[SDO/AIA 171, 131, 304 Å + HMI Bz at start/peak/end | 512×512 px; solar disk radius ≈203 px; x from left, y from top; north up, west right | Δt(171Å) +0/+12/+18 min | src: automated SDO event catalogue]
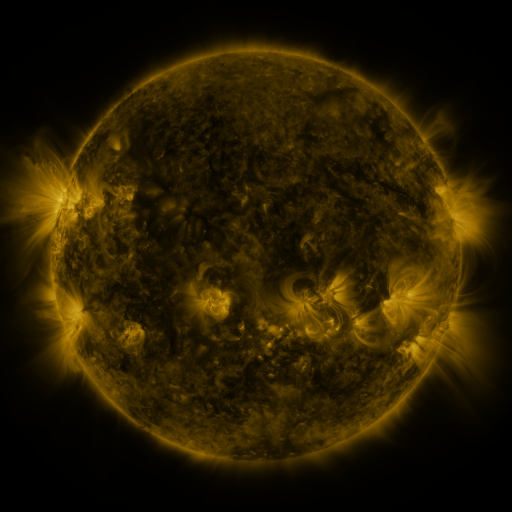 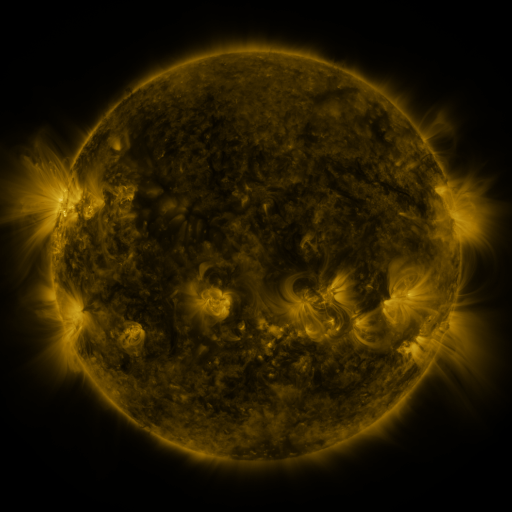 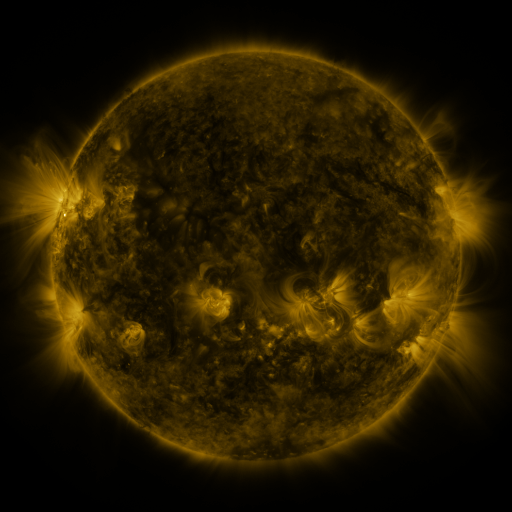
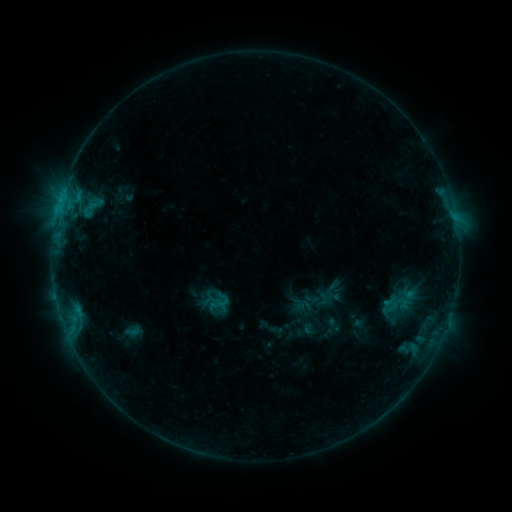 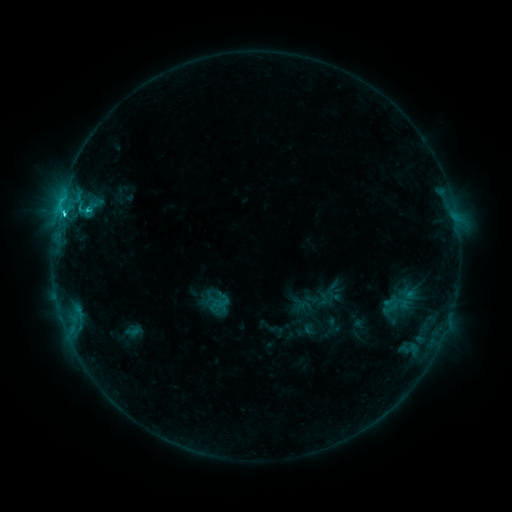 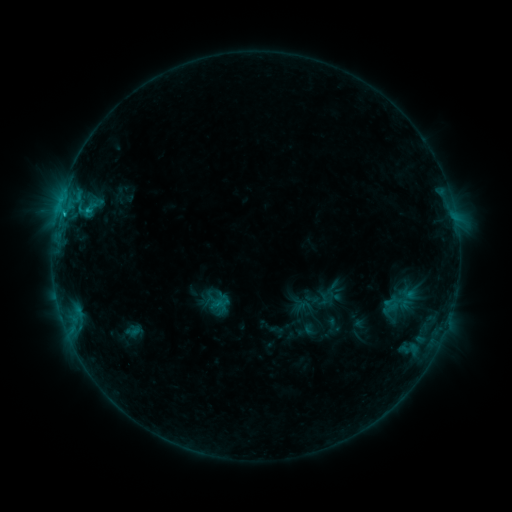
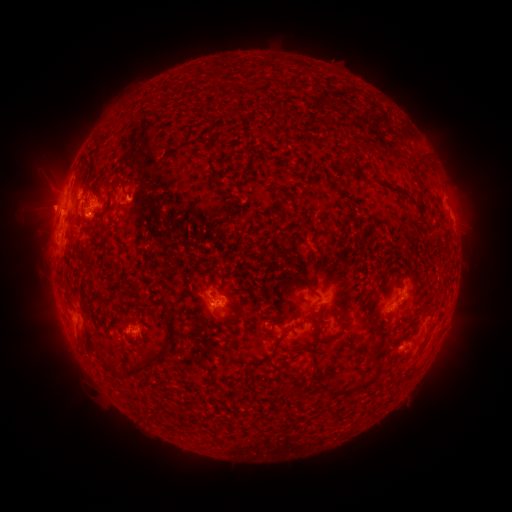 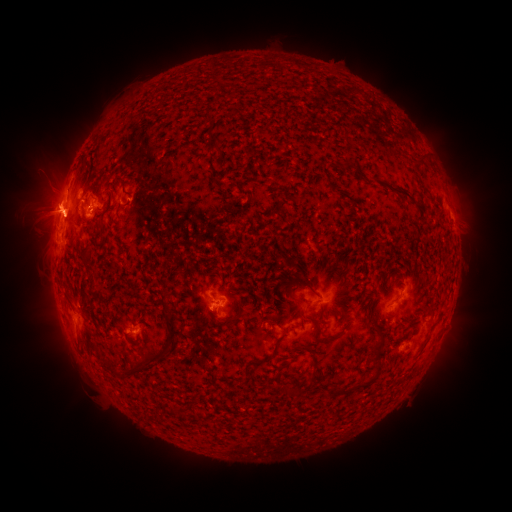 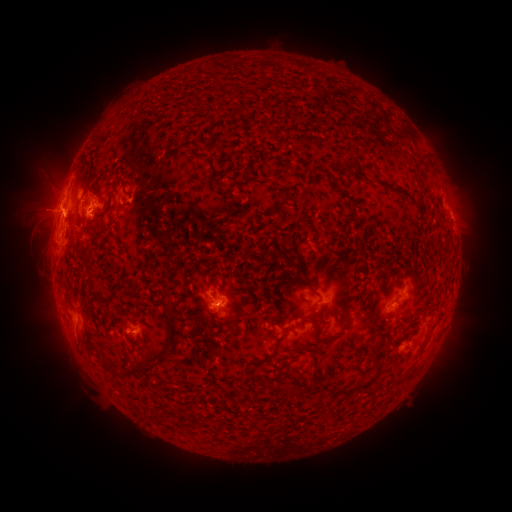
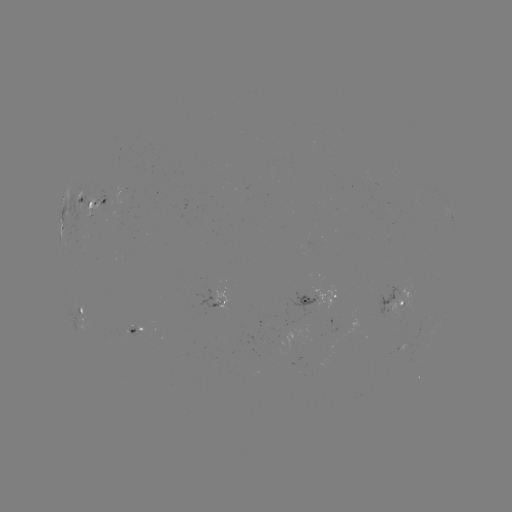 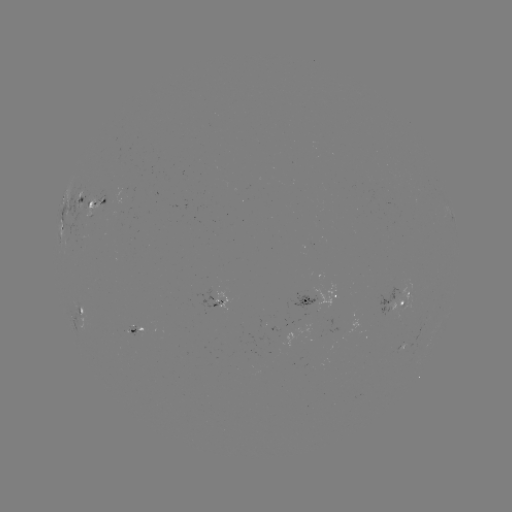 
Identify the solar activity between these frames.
C2.4 flare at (64, 216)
